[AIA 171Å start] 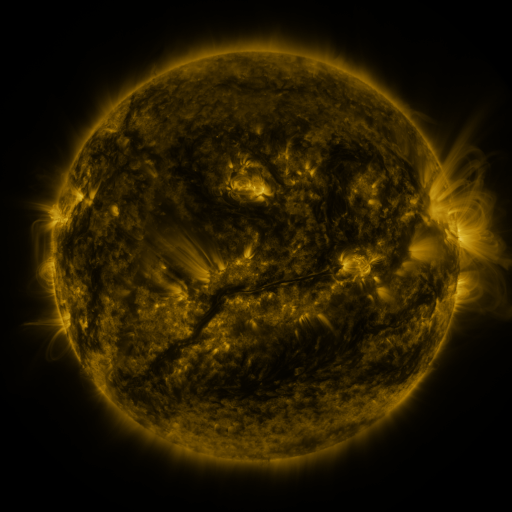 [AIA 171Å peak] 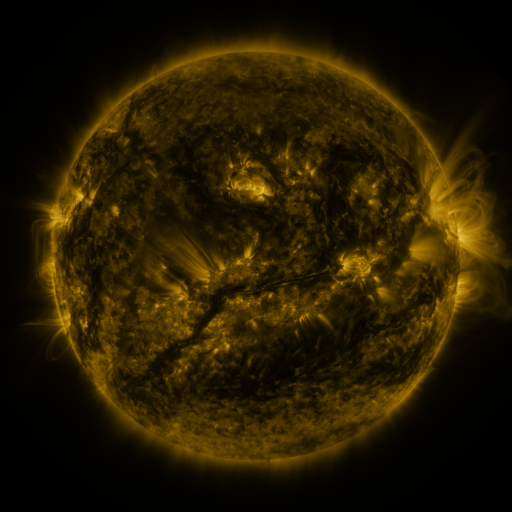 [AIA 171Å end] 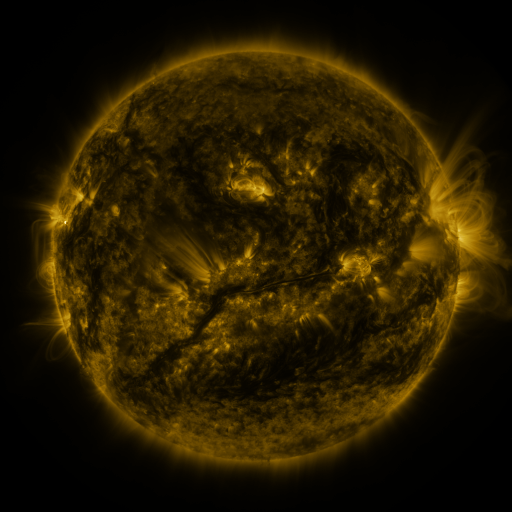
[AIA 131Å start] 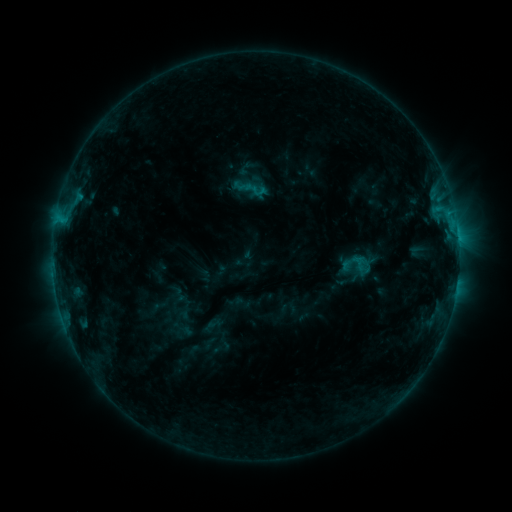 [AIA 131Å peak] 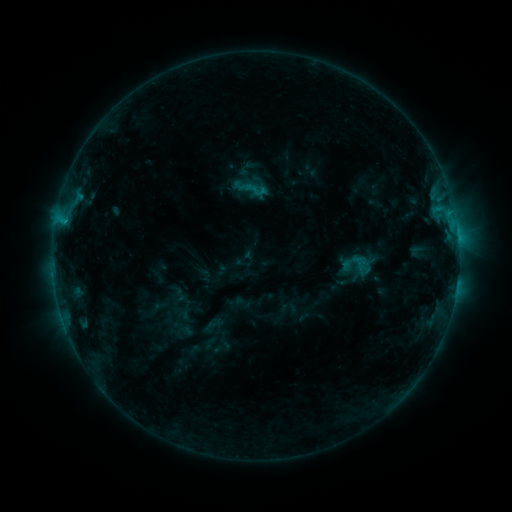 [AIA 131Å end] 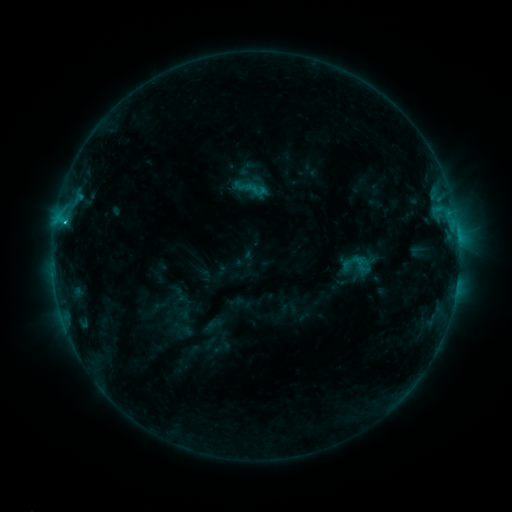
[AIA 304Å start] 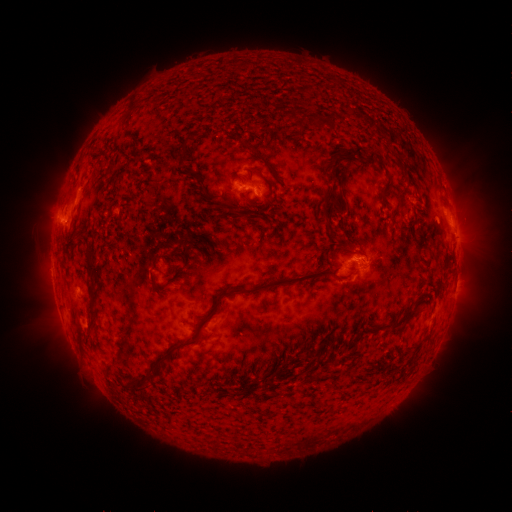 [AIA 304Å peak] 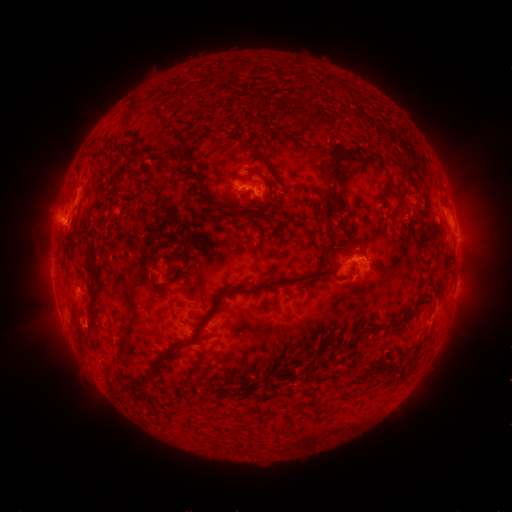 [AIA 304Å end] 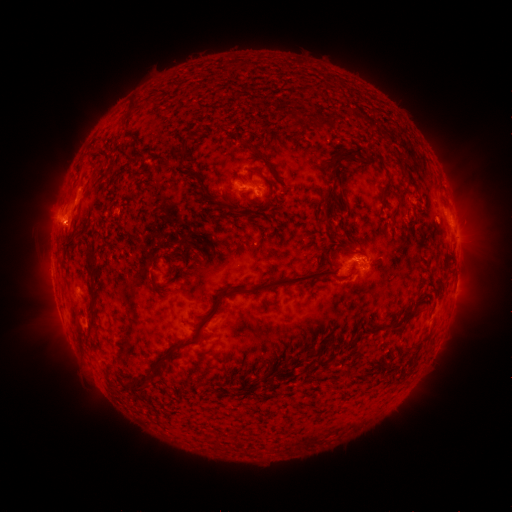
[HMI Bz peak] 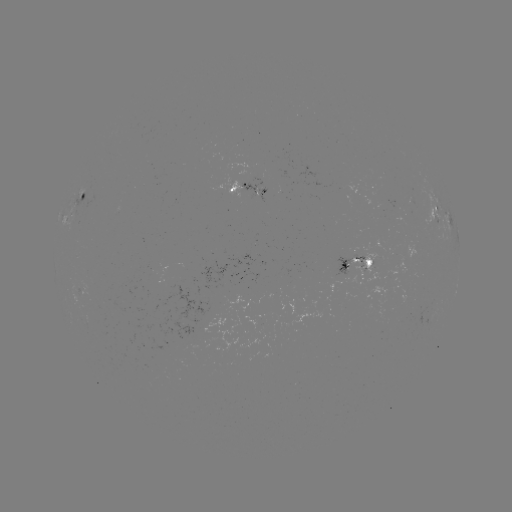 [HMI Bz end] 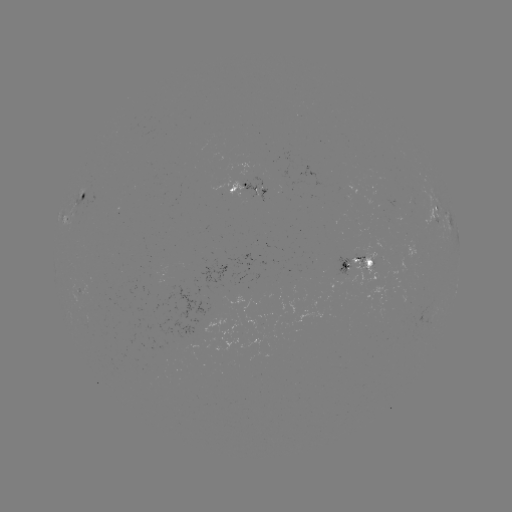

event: flare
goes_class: C1.4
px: (66, 223)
